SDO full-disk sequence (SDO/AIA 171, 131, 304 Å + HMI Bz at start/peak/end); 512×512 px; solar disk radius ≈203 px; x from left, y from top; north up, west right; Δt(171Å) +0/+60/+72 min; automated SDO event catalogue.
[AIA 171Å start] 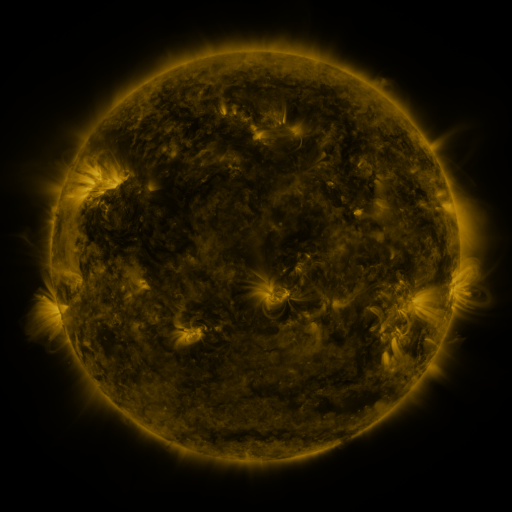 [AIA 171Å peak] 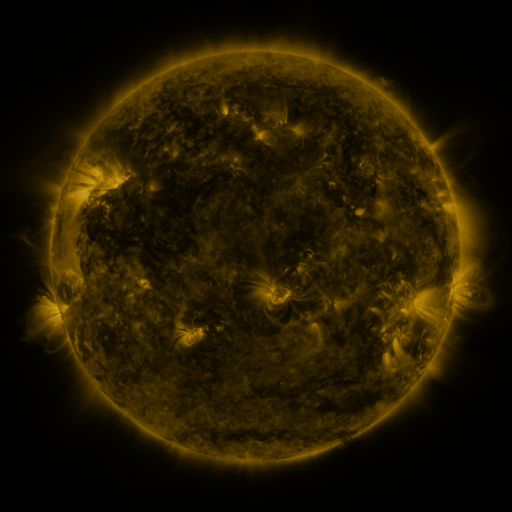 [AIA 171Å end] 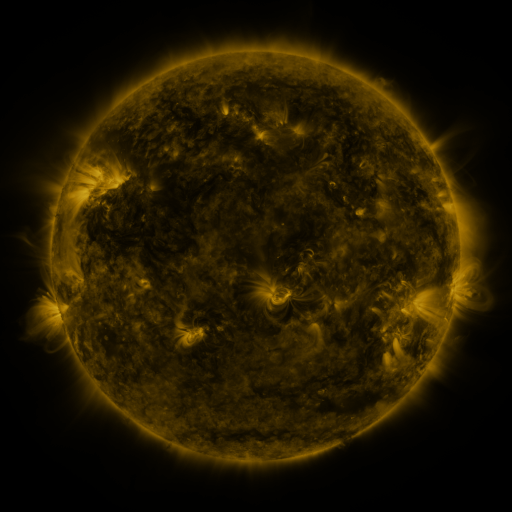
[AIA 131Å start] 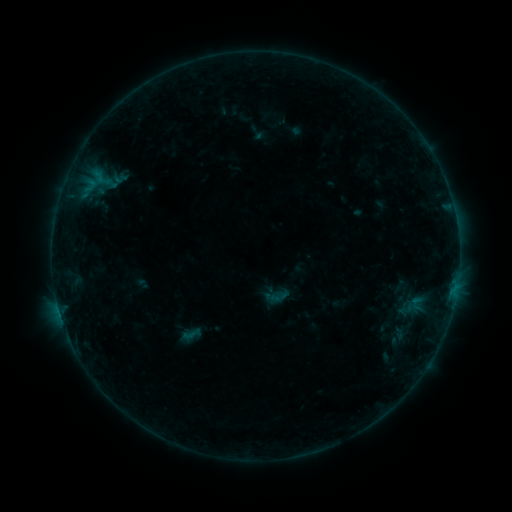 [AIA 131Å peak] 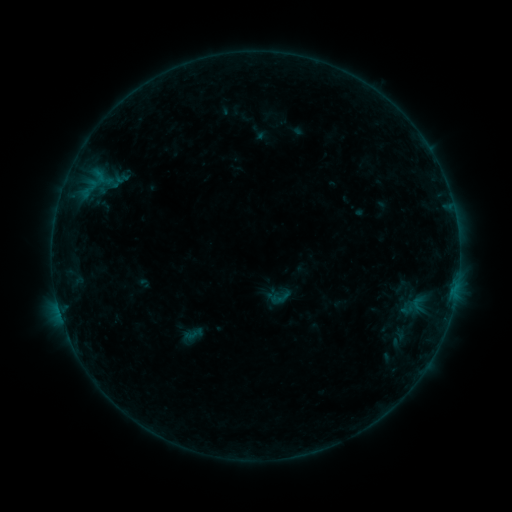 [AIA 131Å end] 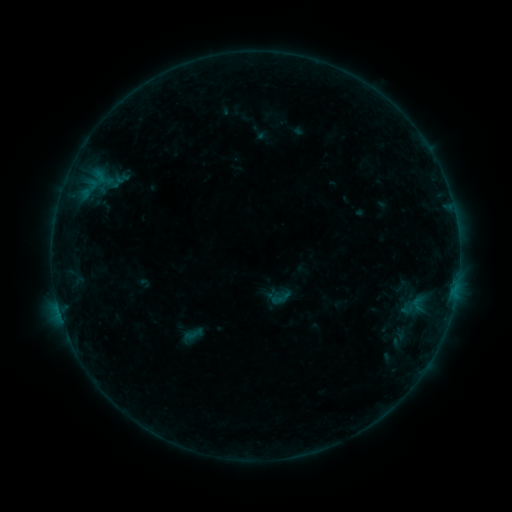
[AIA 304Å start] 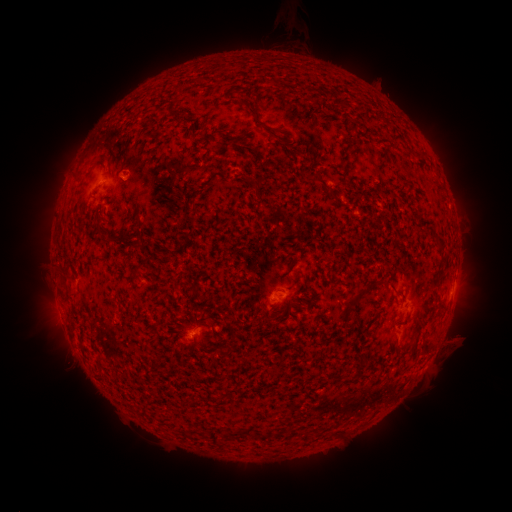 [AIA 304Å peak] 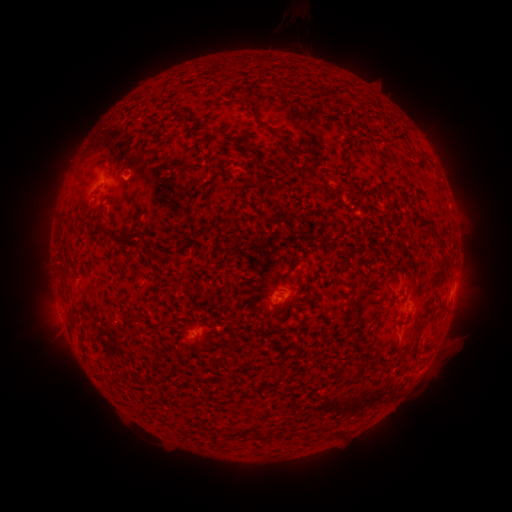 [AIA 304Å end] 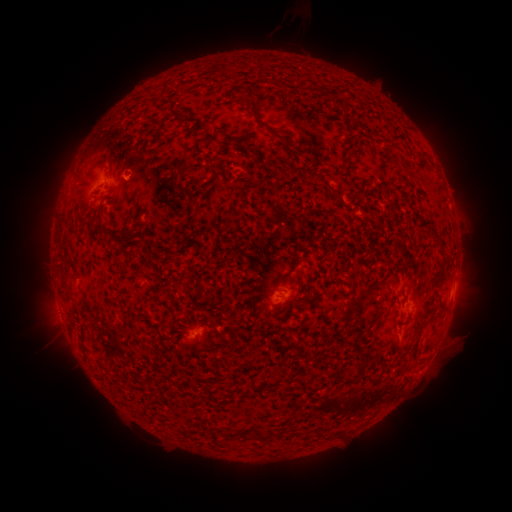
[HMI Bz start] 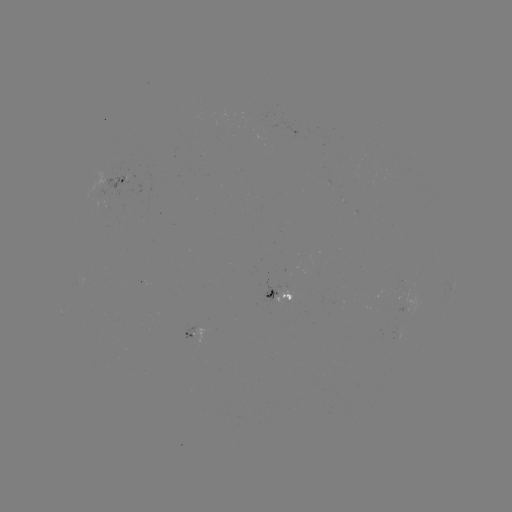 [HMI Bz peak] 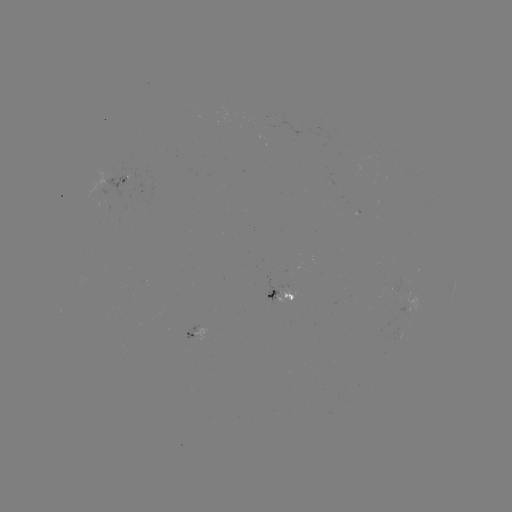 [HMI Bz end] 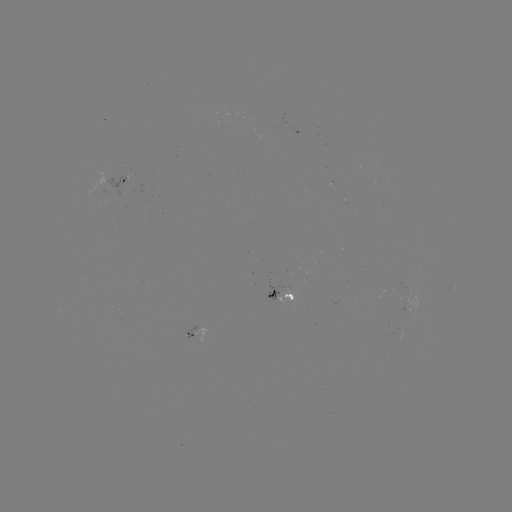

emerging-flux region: (272, 288, 295, 304)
